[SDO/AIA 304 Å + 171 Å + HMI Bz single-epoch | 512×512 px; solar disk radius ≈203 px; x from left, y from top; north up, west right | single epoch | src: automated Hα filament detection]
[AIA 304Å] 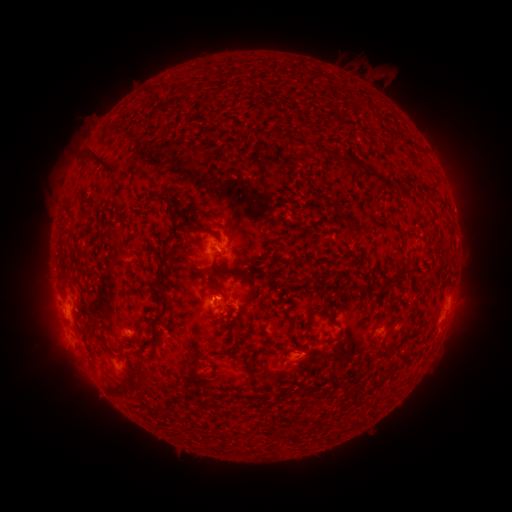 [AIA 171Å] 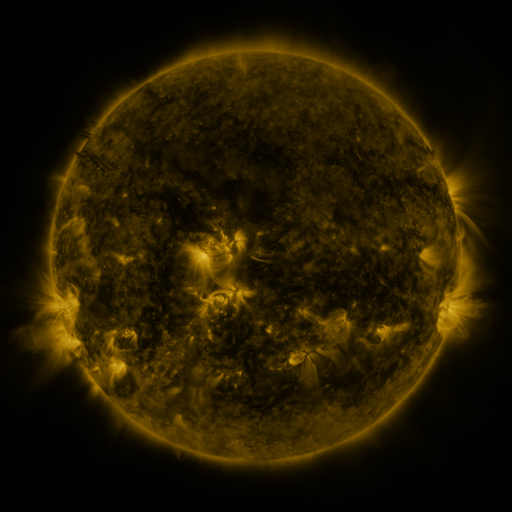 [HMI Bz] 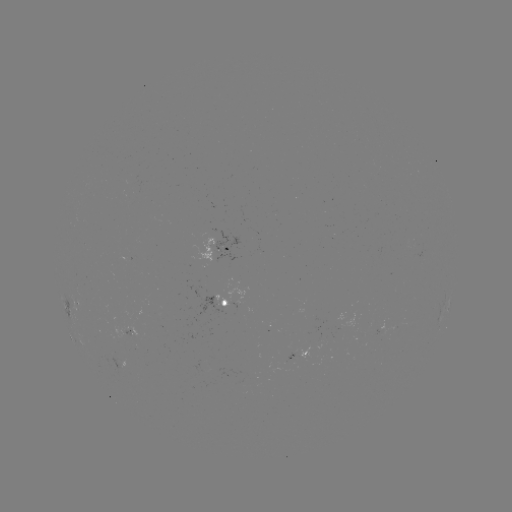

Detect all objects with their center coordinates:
filament: [310, 149, 329, 161]
filament: [92, 152, 120, 175]
filament: [338, 156, 359, 167]
filament: [282, 157, 293, 167]
filament: [363, 170, 385, 184]
filament: [400, 187, 415, 197]
filament: [154, 252, 171, 287]
filament: [218, 269, 244, 278]
filament: [152, 314, 161, 322]
filament: [304, 333, 335, 344]
filament: [246, 355, 254, 367]
filament: [136, 374, 145, 385]
filament: [339, 386, 348, 395]
filament: [254, 397, 272, 406]
